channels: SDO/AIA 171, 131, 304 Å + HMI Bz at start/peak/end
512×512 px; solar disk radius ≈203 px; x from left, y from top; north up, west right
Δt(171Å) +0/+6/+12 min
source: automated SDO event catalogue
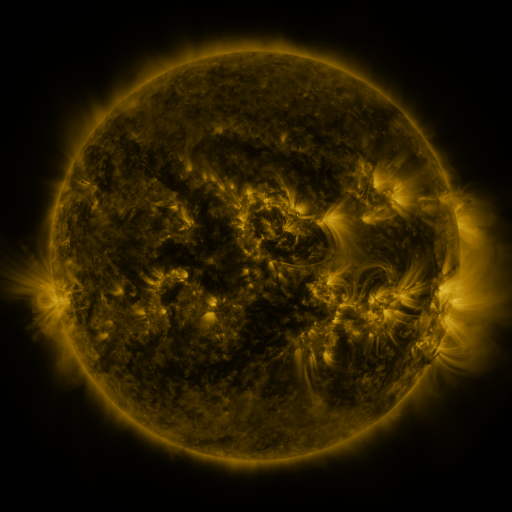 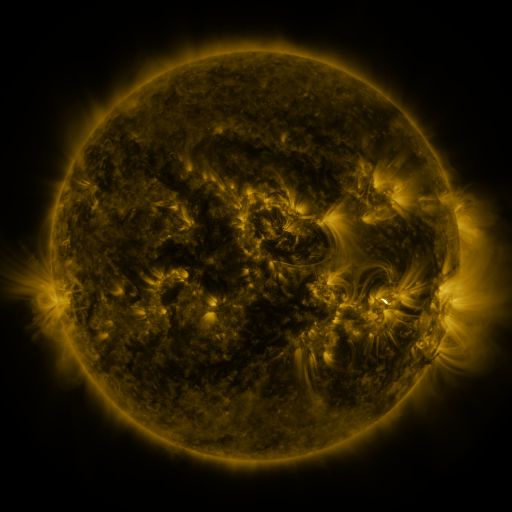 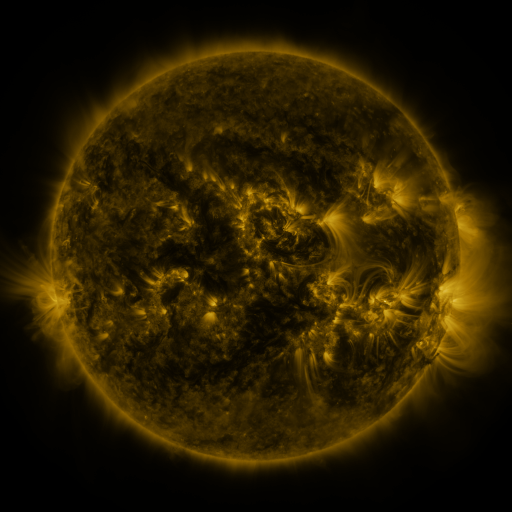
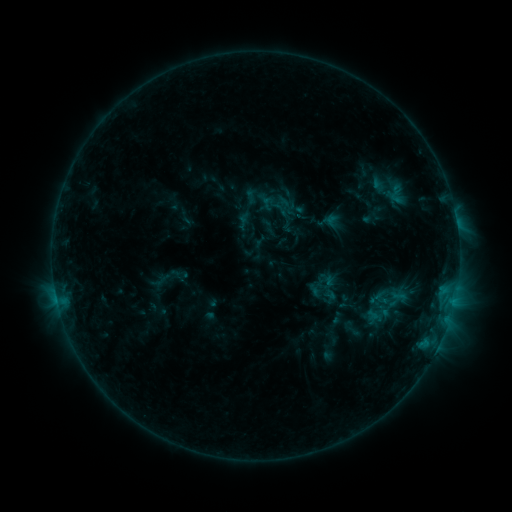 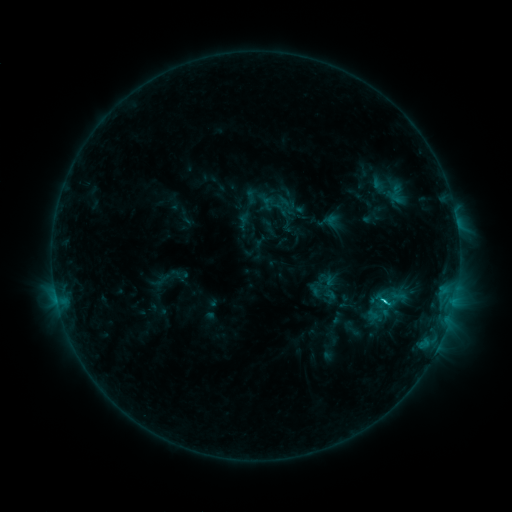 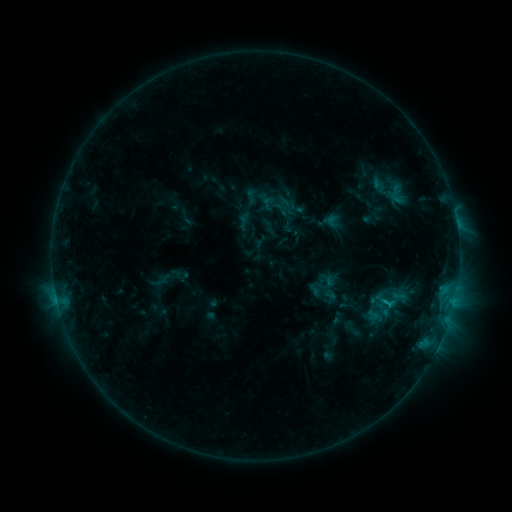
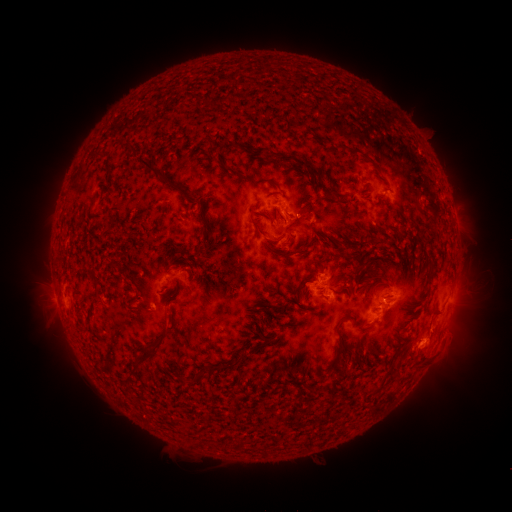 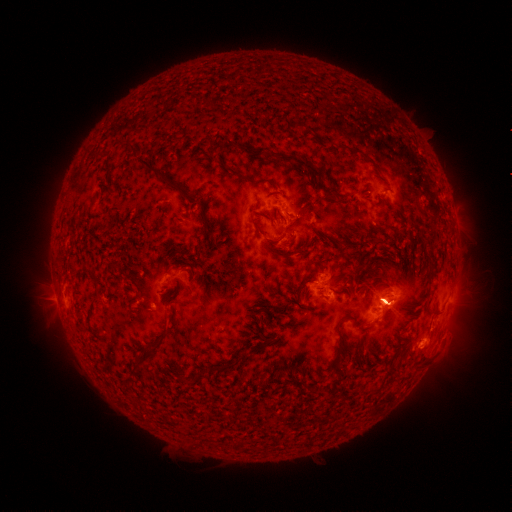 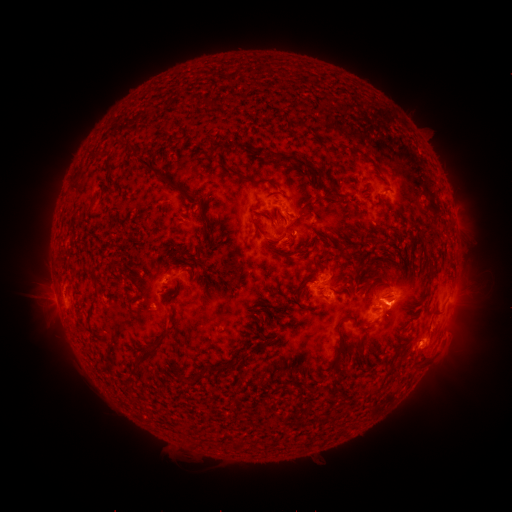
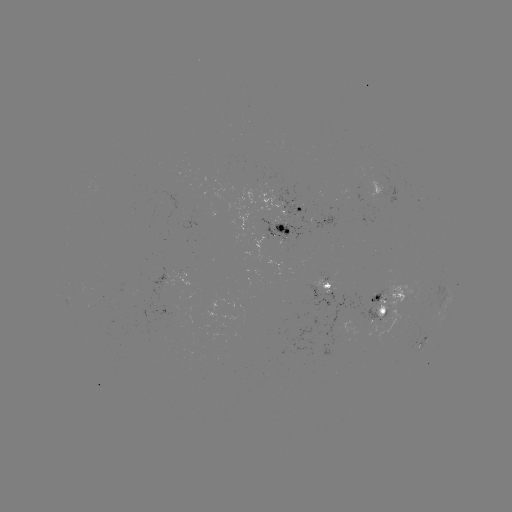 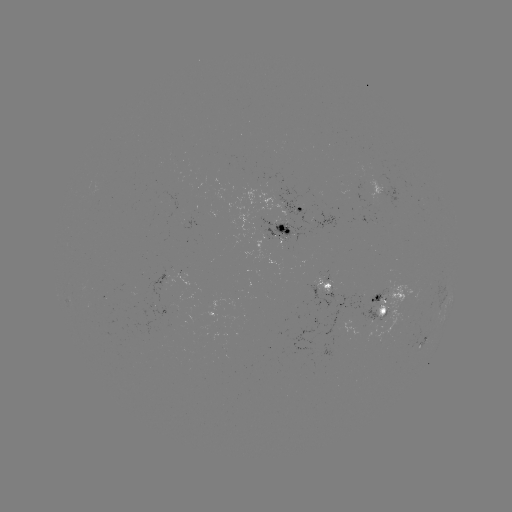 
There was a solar flare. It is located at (383, 298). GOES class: C1.9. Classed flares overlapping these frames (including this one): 1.